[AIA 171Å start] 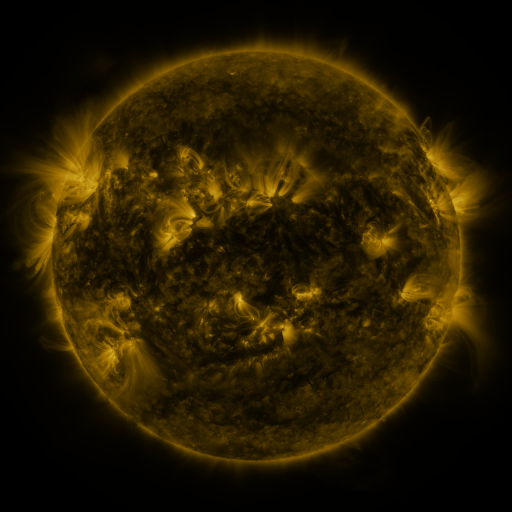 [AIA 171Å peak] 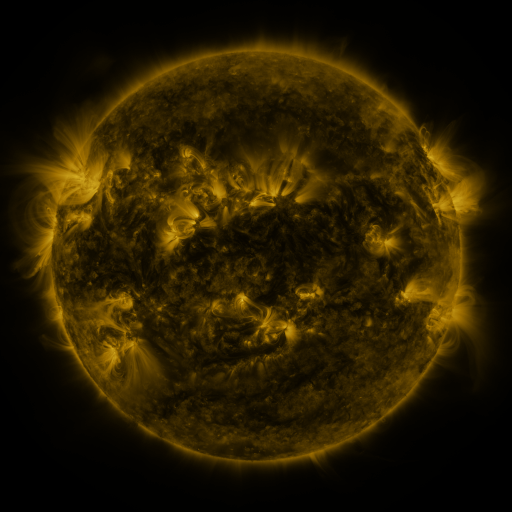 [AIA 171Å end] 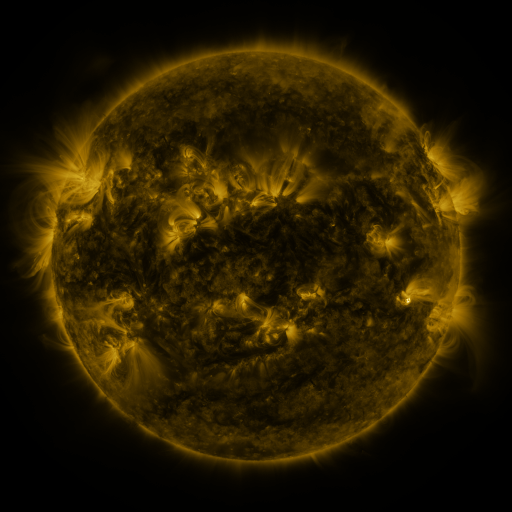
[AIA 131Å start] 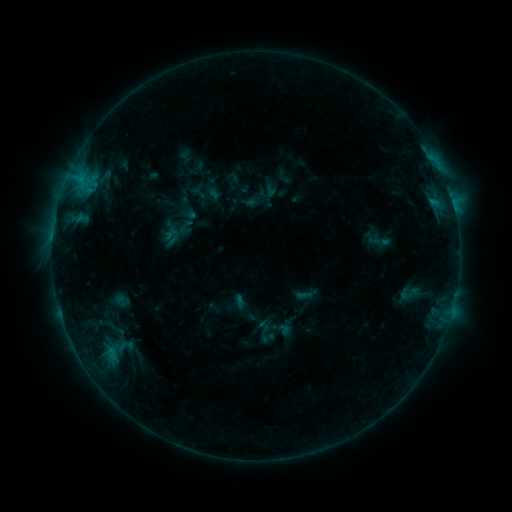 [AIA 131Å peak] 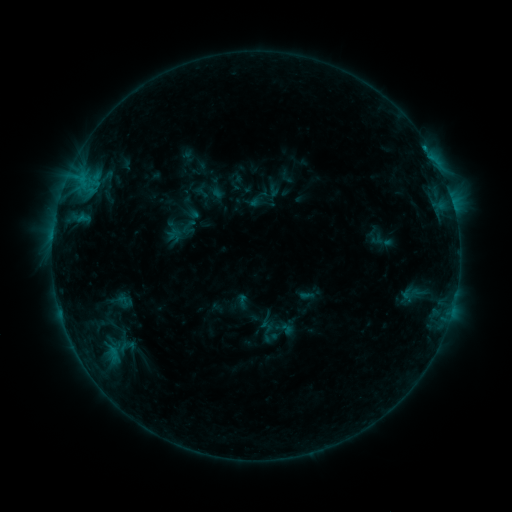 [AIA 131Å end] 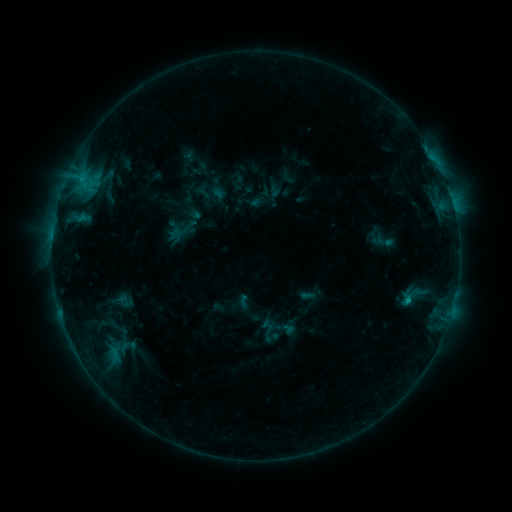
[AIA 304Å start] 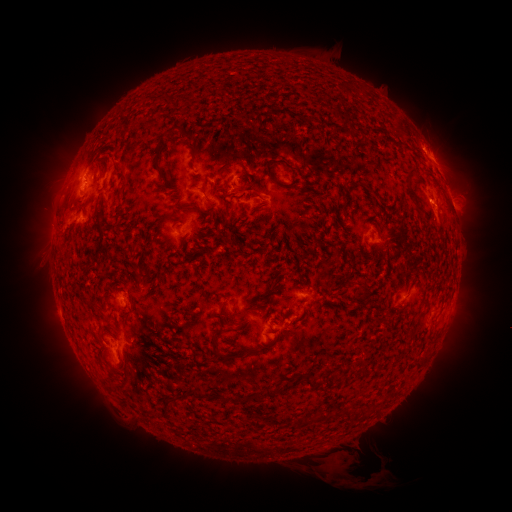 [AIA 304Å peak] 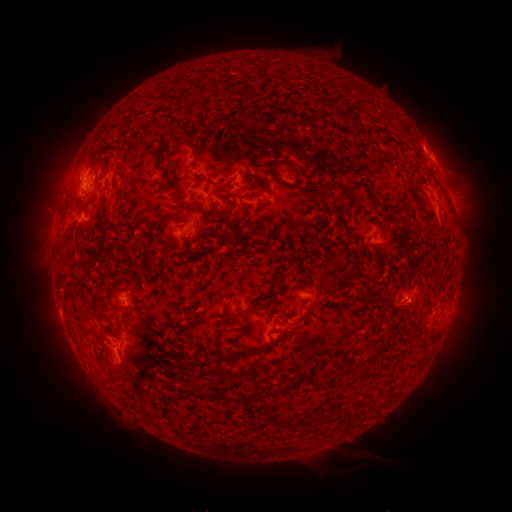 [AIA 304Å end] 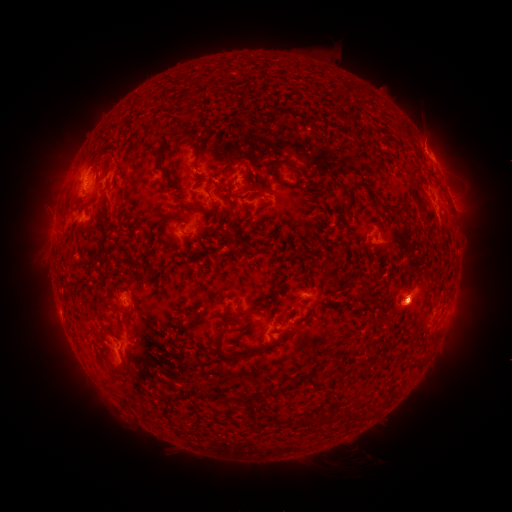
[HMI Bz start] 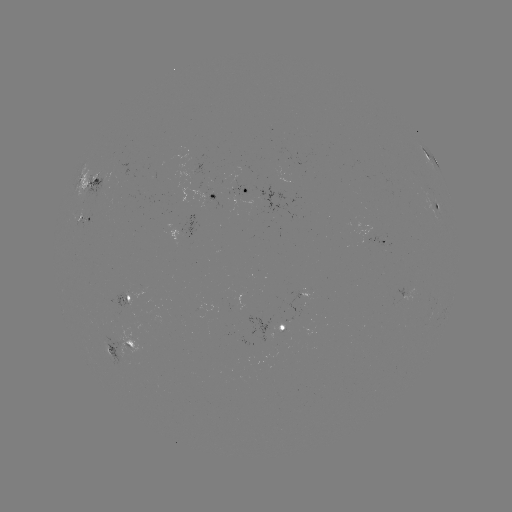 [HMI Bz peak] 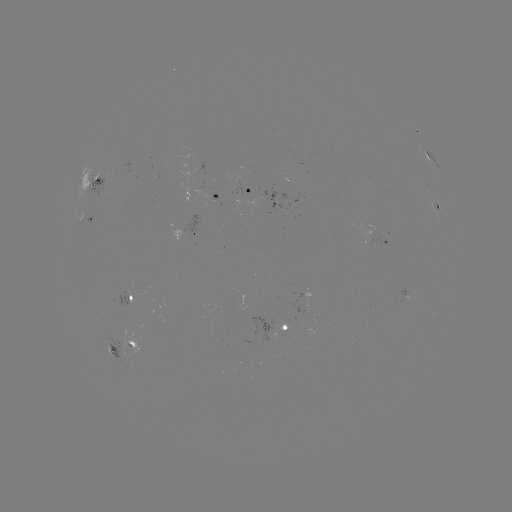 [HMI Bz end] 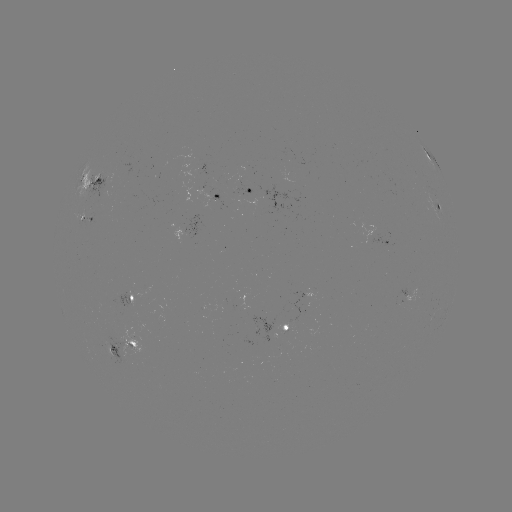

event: emerging-flux region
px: (283, 332)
